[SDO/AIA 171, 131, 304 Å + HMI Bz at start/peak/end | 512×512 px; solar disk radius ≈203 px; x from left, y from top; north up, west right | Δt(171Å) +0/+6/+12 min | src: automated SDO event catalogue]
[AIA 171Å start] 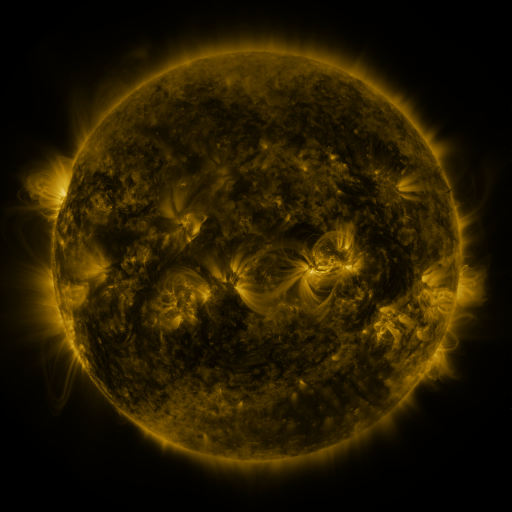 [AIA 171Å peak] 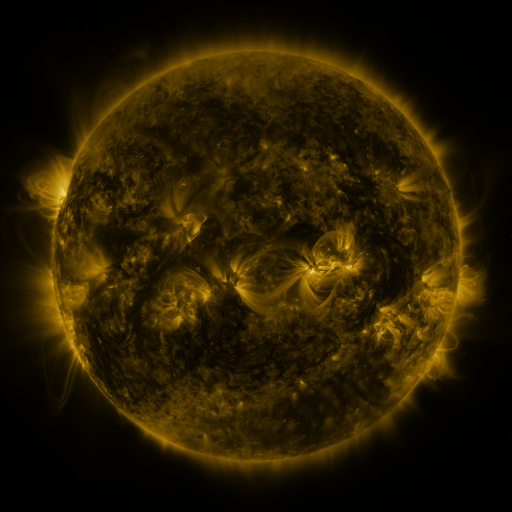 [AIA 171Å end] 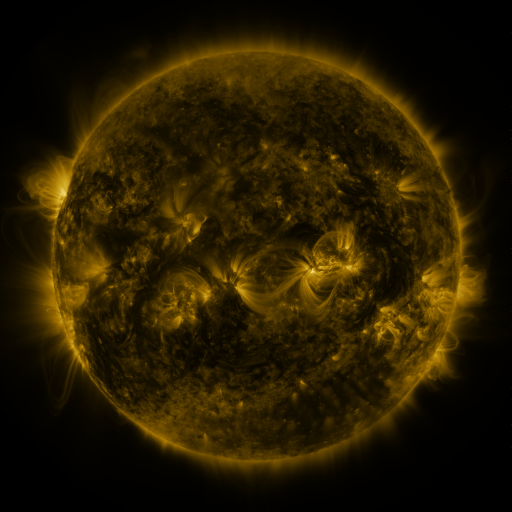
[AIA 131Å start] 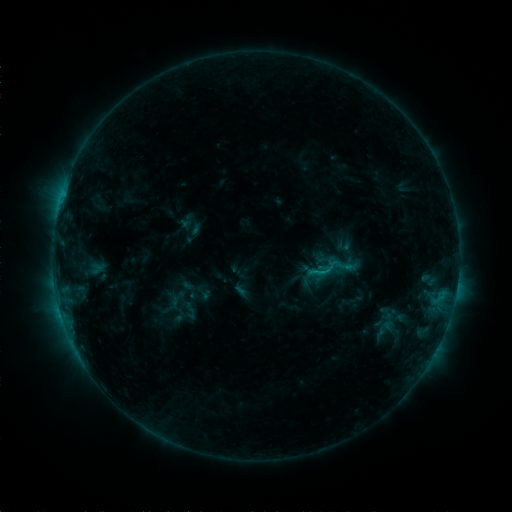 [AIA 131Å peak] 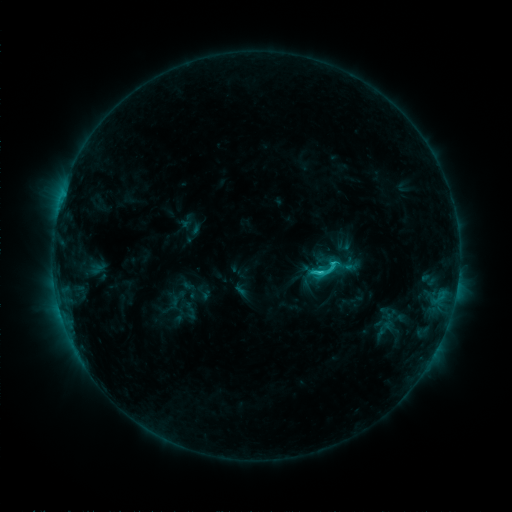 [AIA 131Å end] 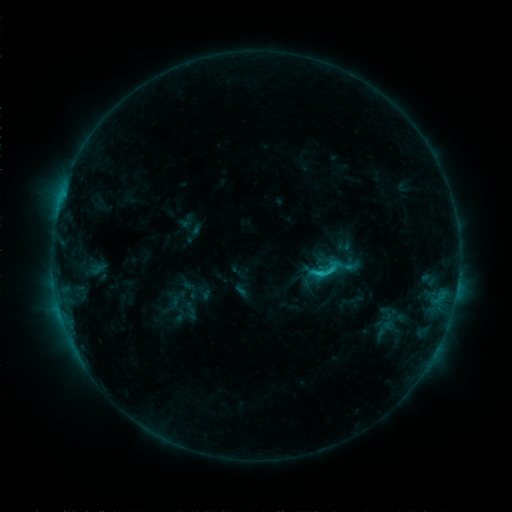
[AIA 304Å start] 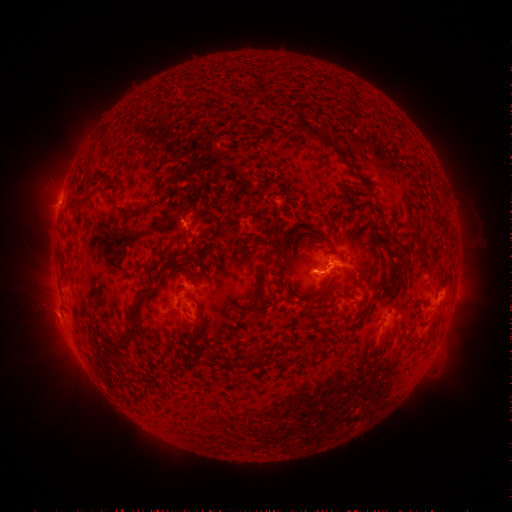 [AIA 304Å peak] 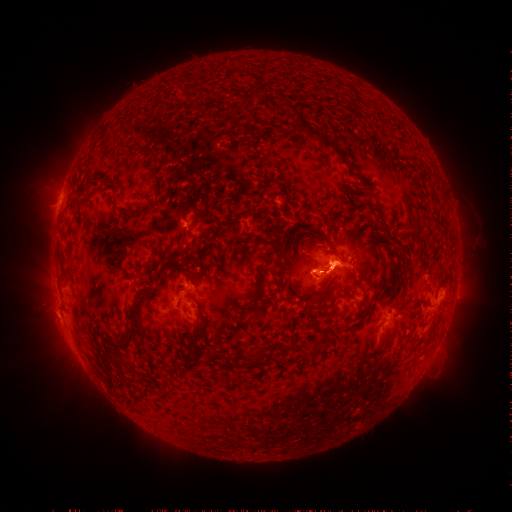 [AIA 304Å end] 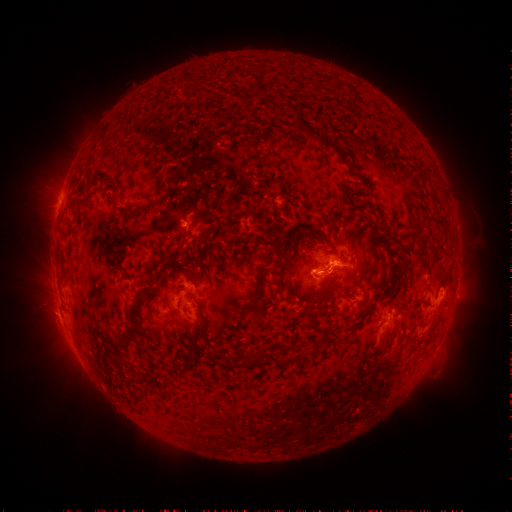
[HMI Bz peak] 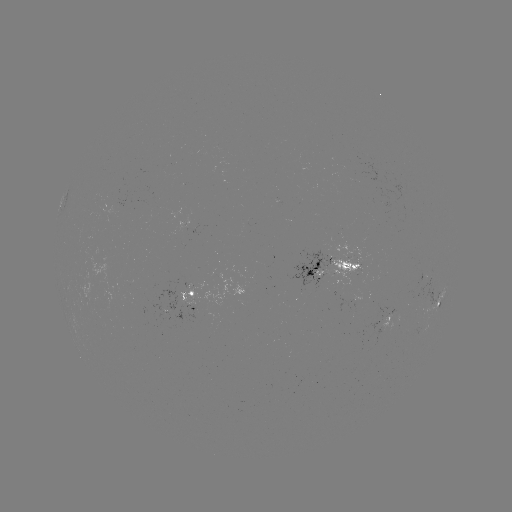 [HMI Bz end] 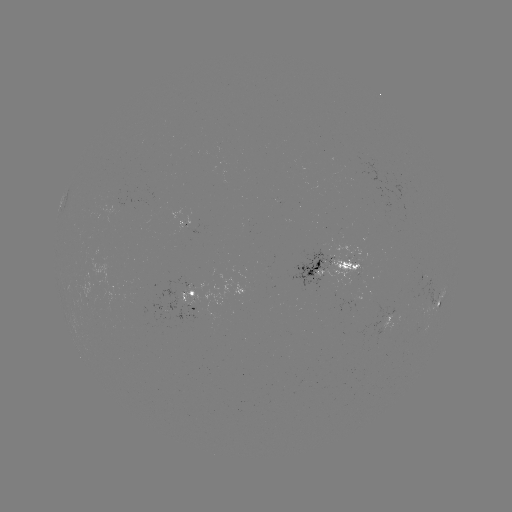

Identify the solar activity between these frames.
eruption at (336, 279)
